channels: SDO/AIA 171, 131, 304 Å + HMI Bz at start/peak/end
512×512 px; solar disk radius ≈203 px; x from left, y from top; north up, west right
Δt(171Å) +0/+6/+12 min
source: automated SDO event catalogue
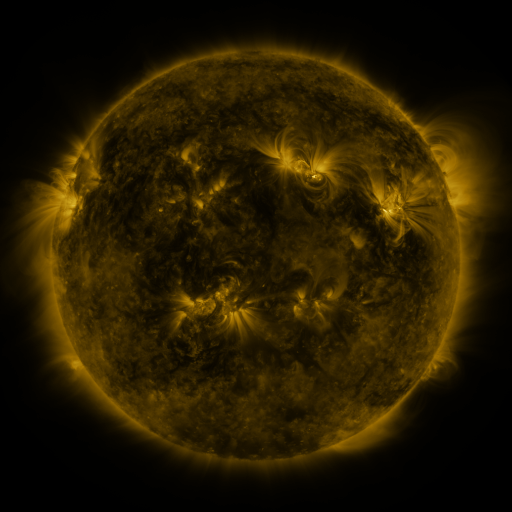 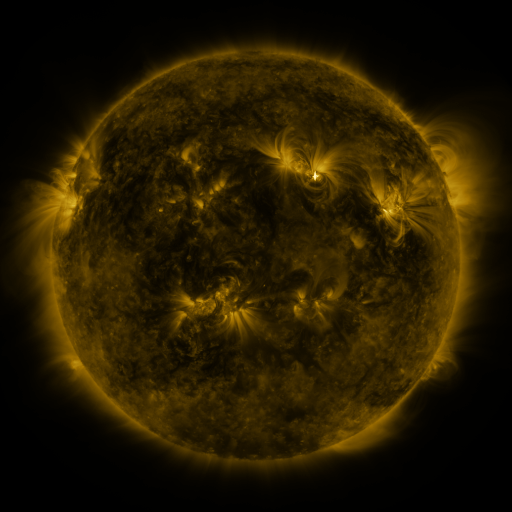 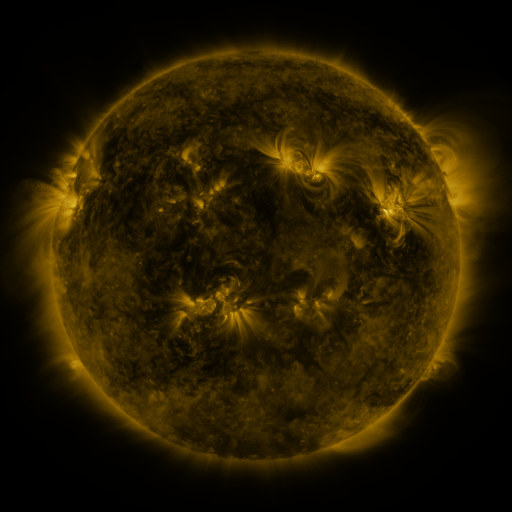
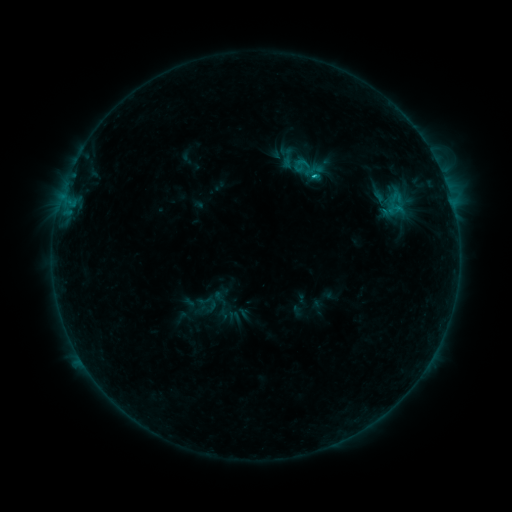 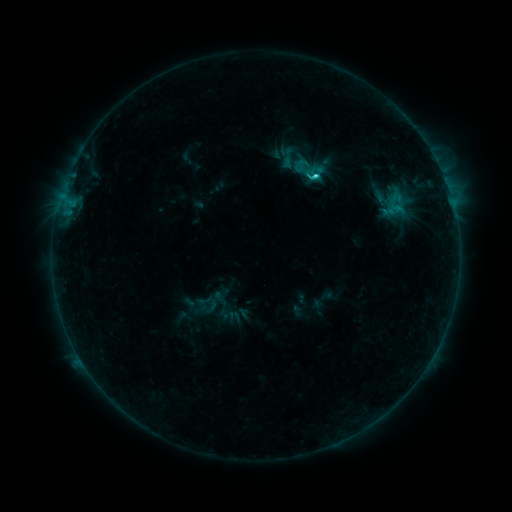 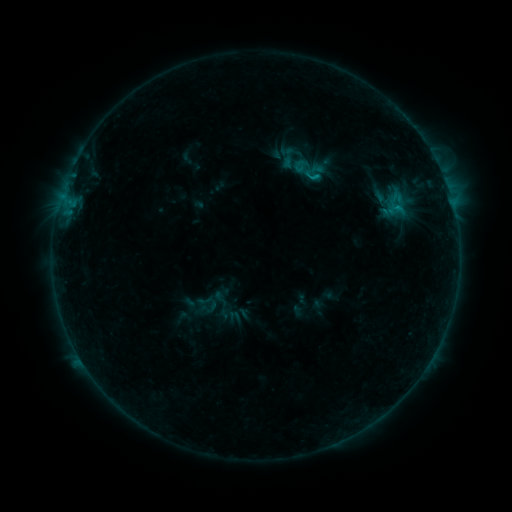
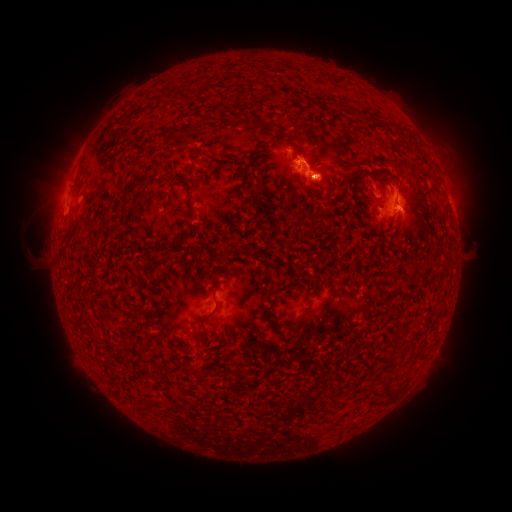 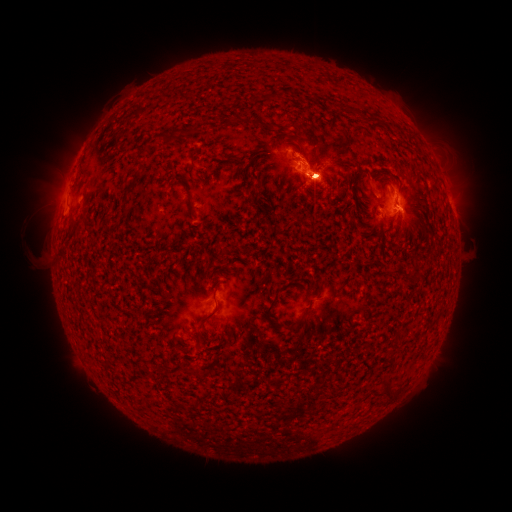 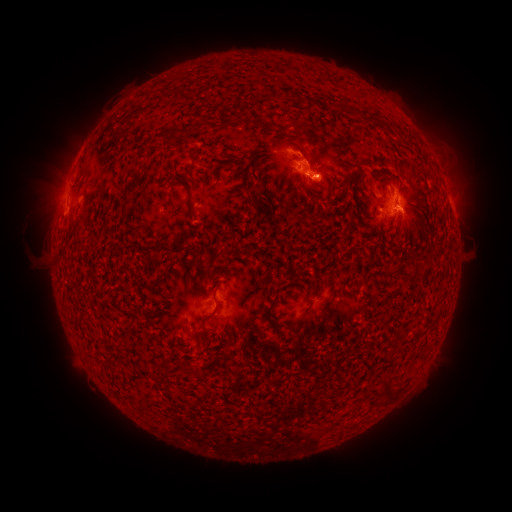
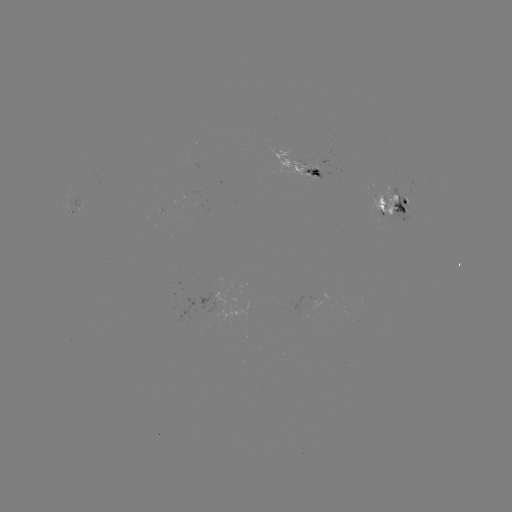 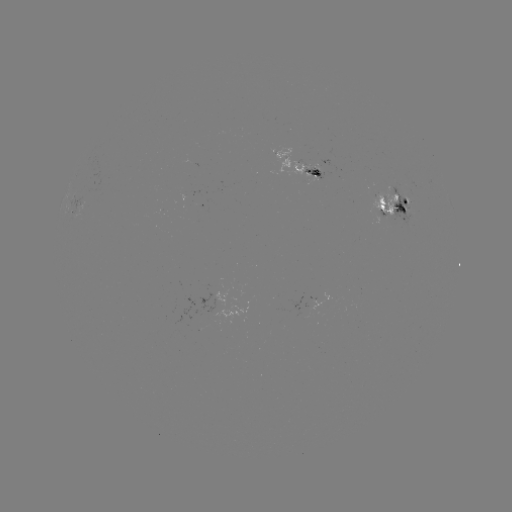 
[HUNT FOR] eruption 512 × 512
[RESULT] (425, 136)